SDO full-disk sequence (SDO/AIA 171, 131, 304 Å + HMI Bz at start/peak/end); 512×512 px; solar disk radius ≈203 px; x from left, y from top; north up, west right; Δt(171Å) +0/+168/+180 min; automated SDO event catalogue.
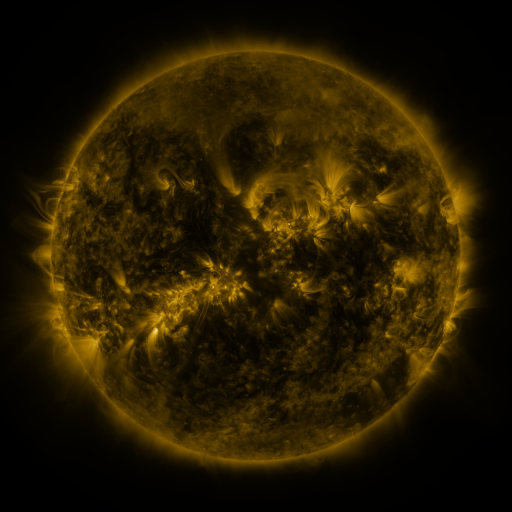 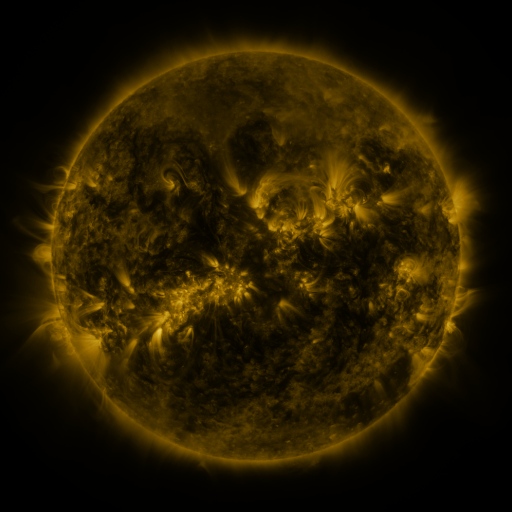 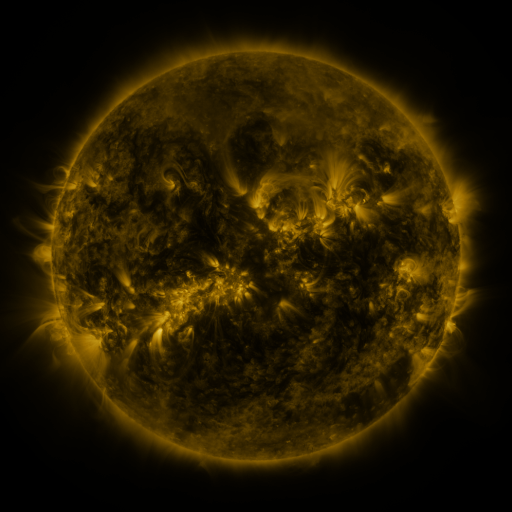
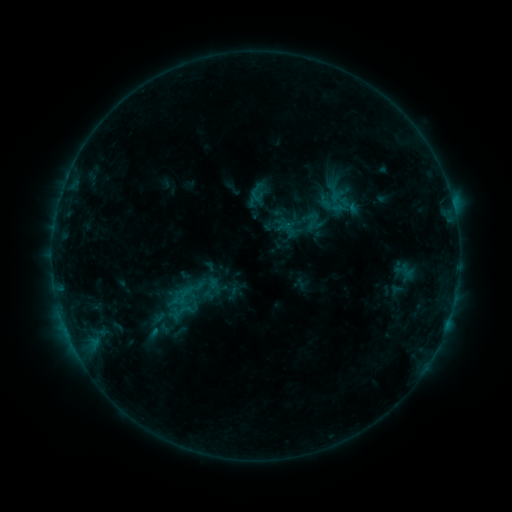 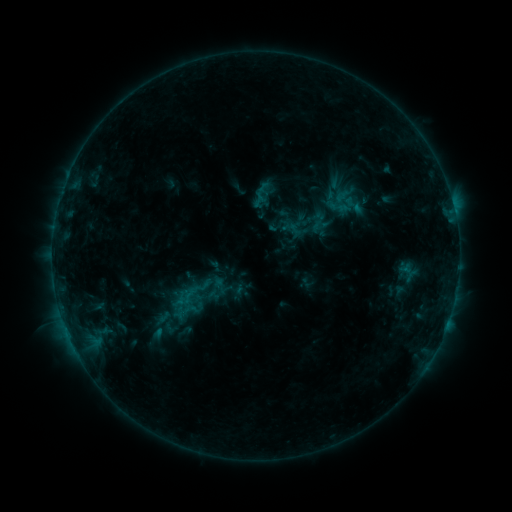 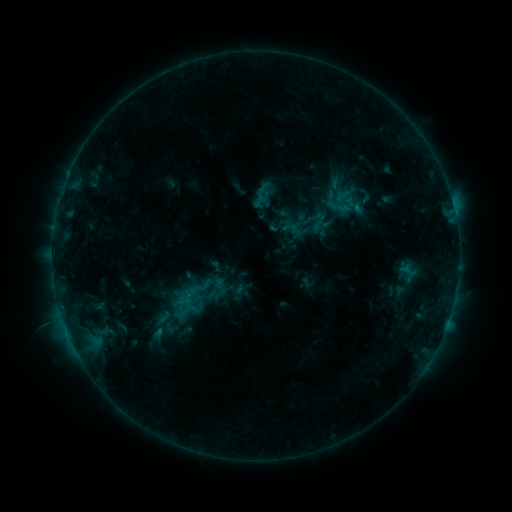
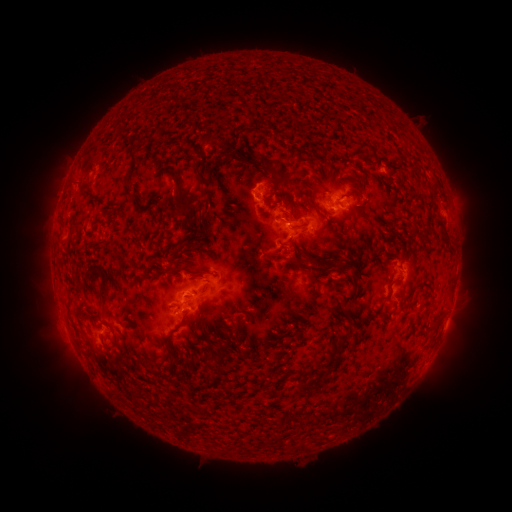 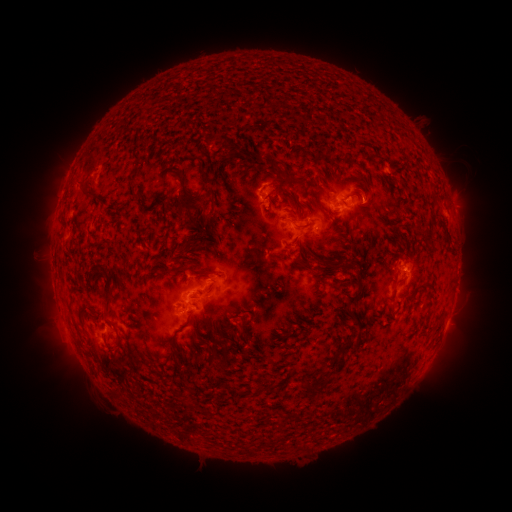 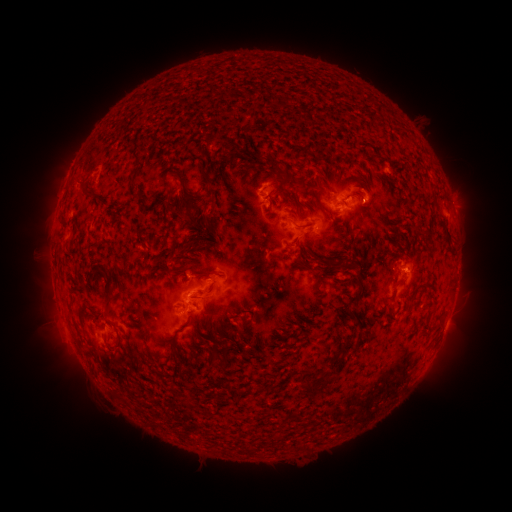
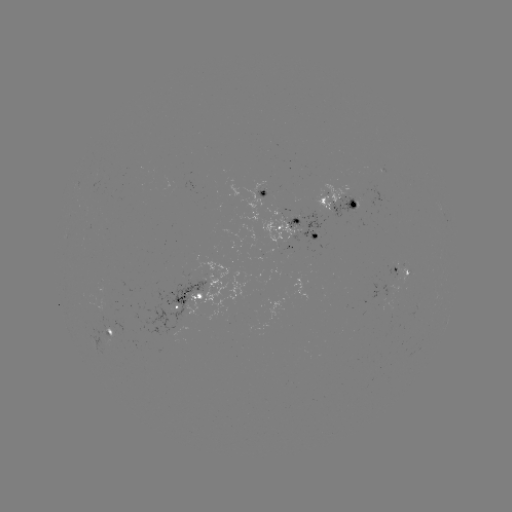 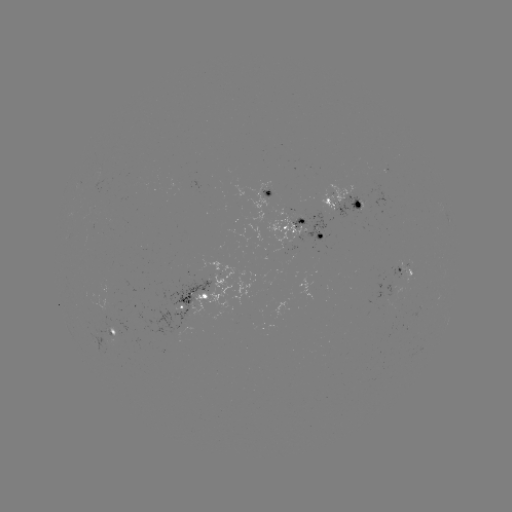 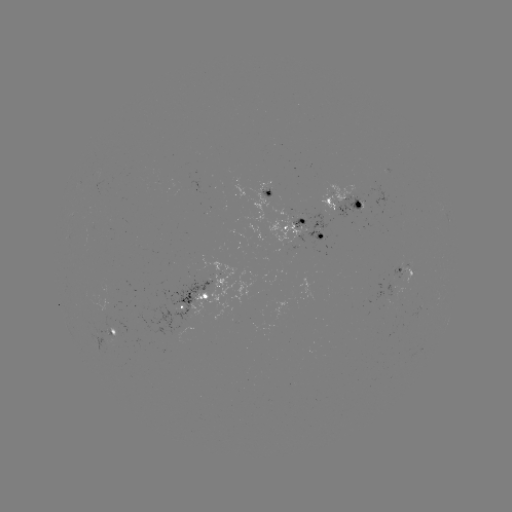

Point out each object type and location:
emerging-flux region: (334, 207)
